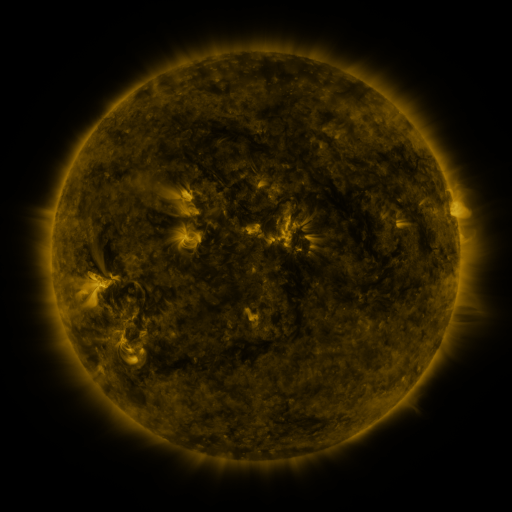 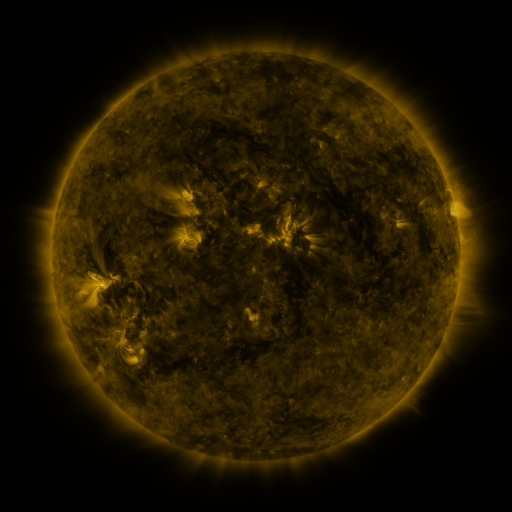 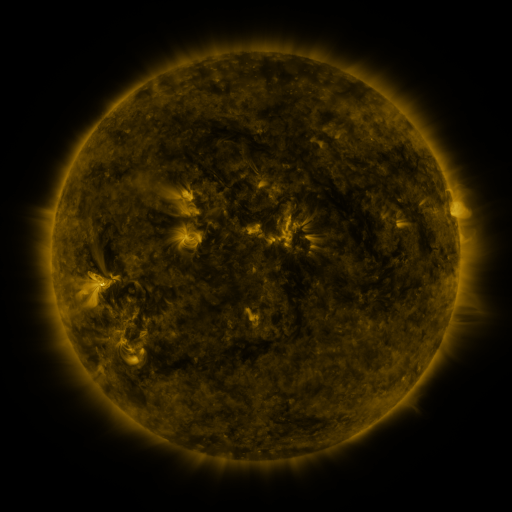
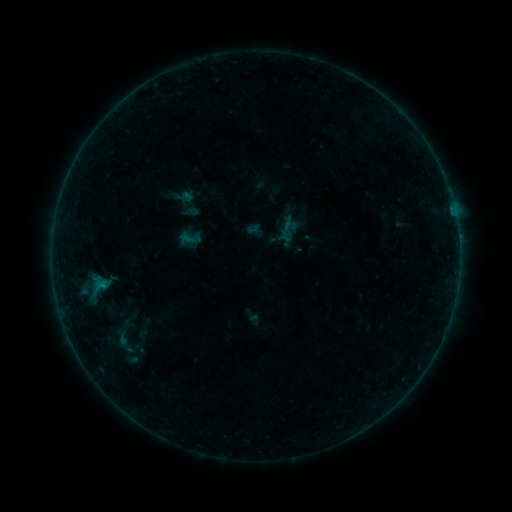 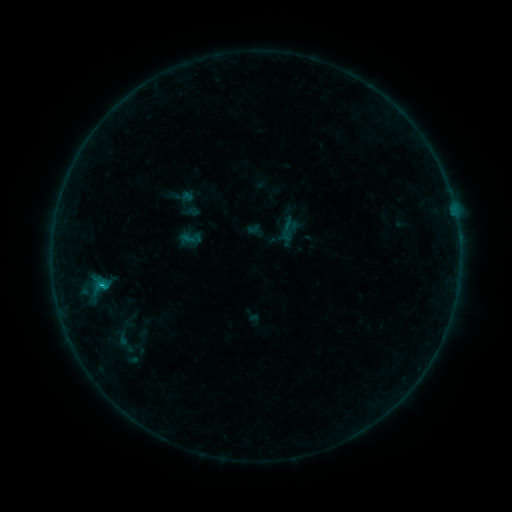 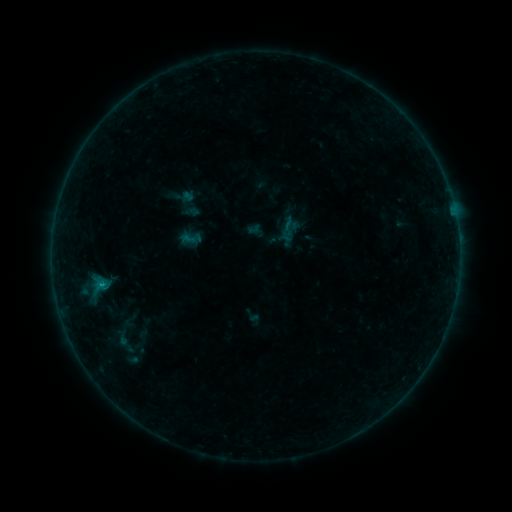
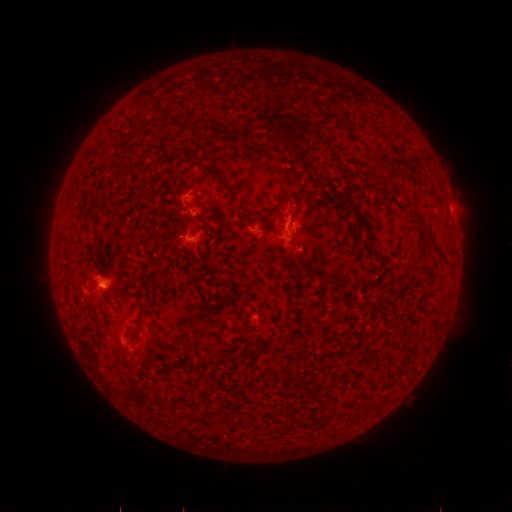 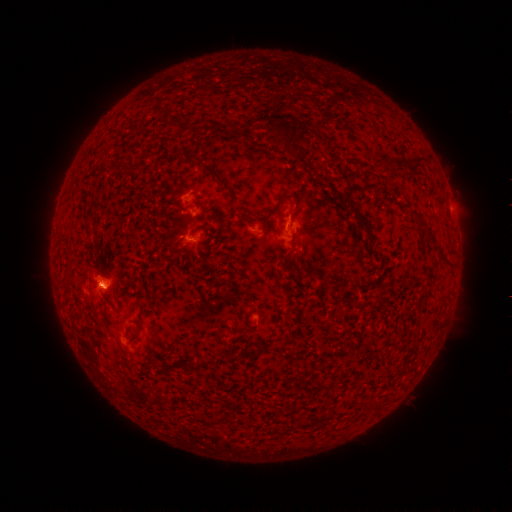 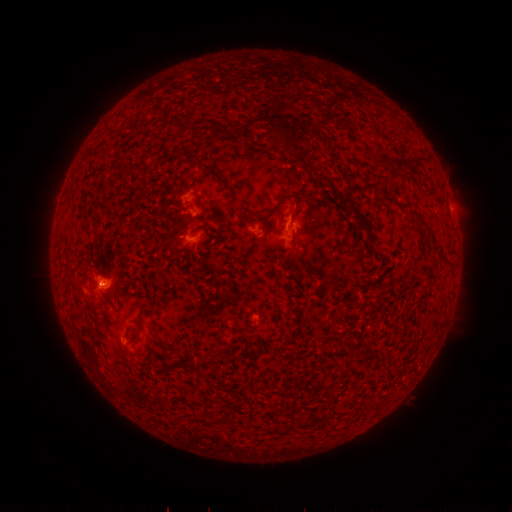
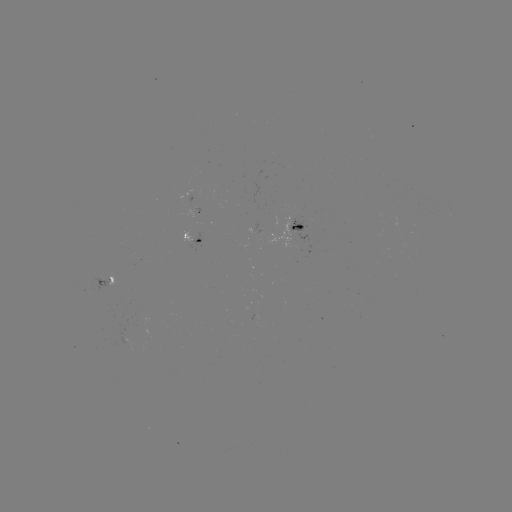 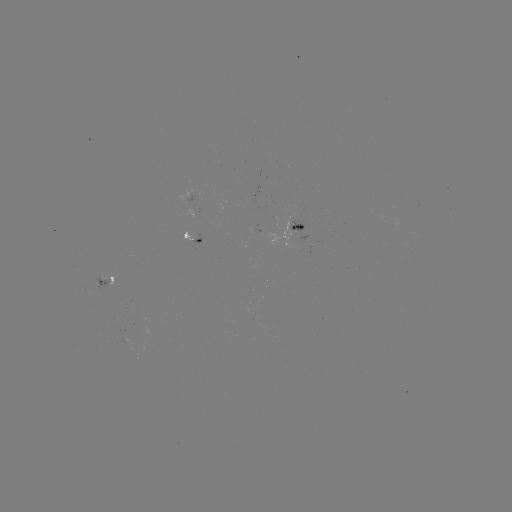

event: flare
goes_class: B3.8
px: (103, 283)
